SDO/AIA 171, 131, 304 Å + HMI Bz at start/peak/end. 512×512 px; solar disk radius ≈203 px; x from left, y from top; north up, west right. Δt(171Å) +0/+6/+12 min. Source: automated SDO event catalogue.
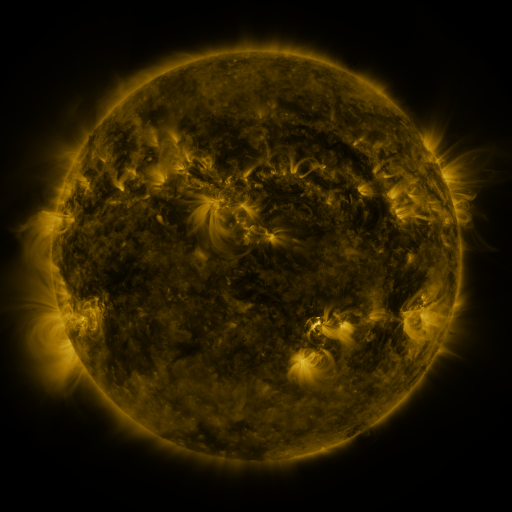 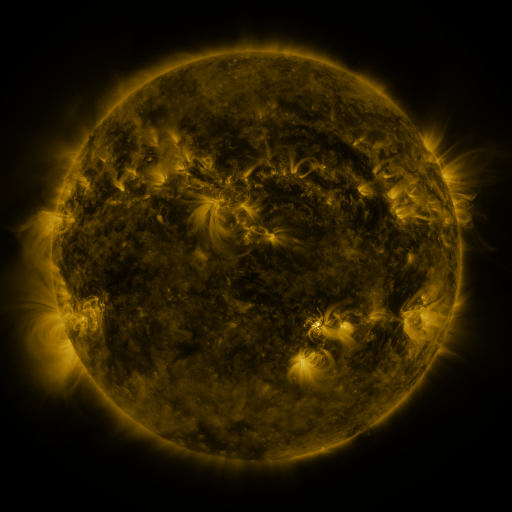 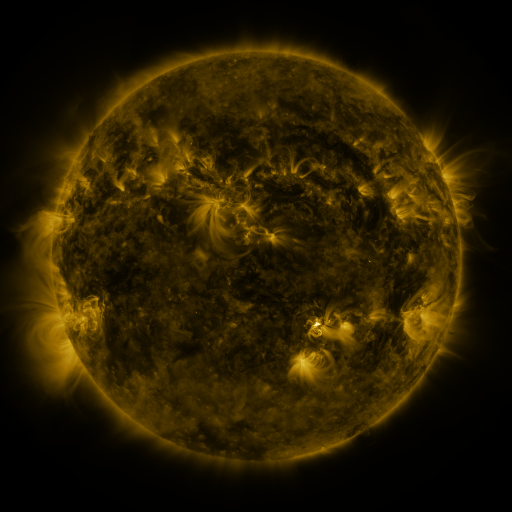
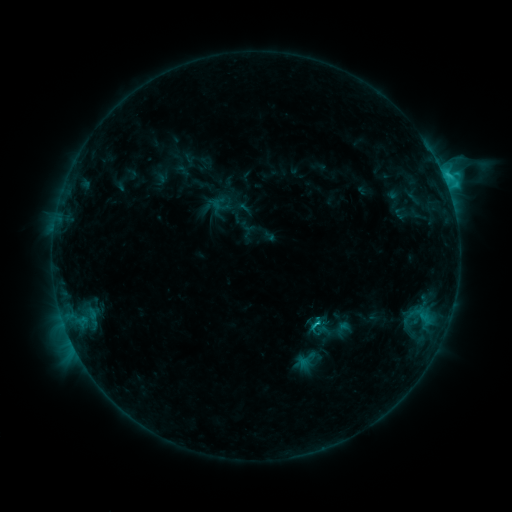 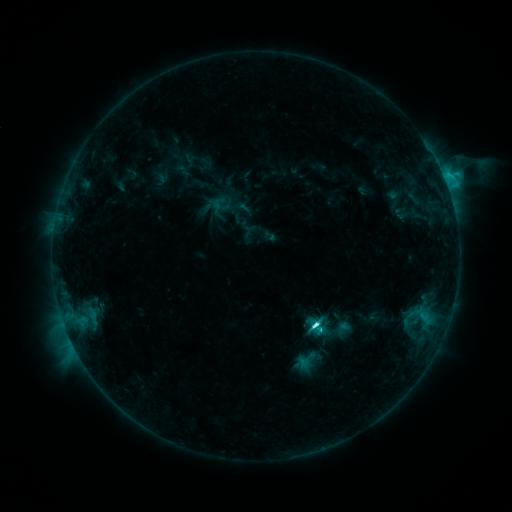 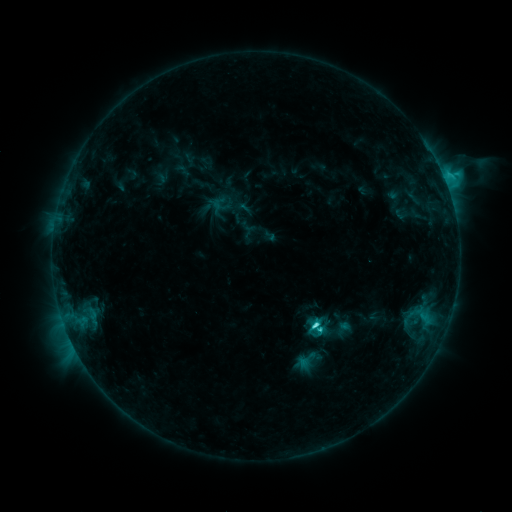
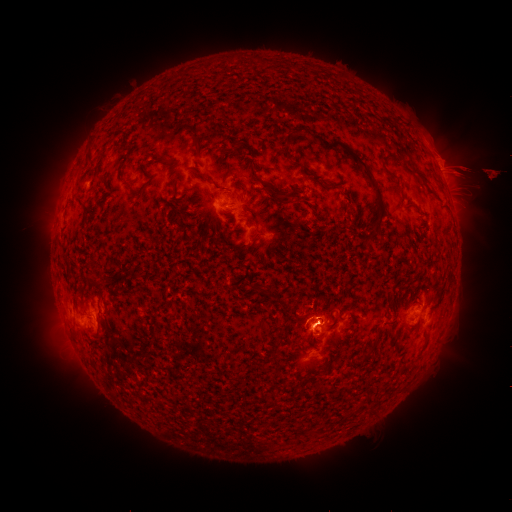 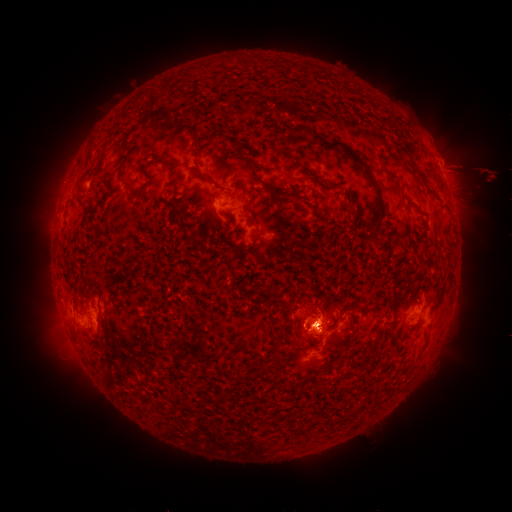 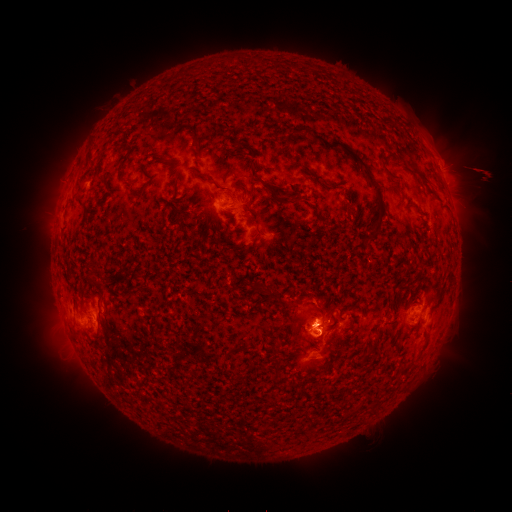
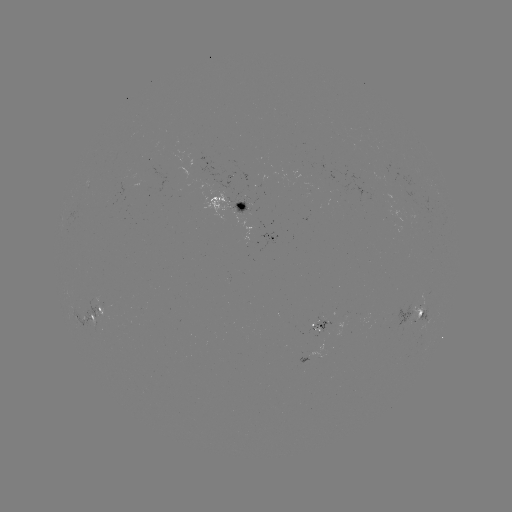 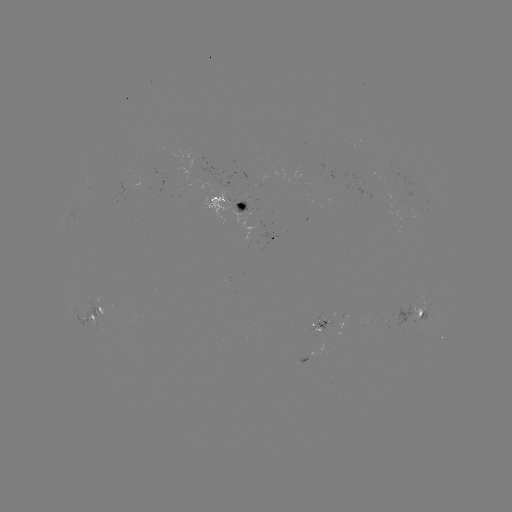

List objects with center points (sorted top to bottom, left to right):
eruption: (312, 321)
